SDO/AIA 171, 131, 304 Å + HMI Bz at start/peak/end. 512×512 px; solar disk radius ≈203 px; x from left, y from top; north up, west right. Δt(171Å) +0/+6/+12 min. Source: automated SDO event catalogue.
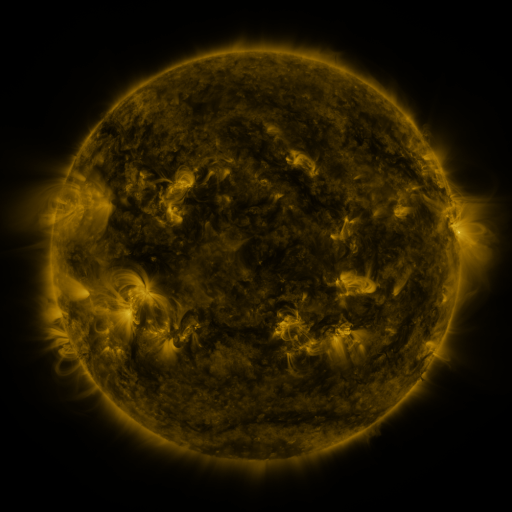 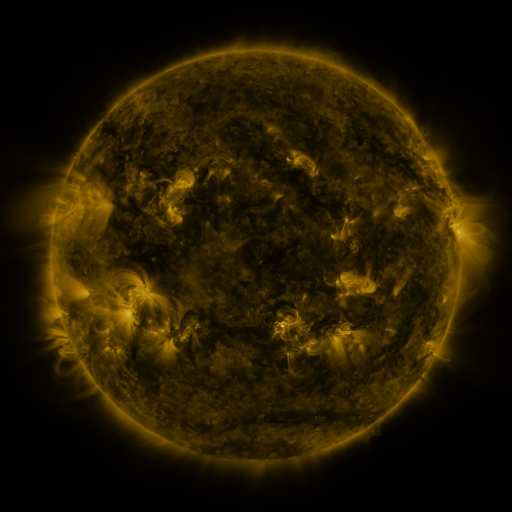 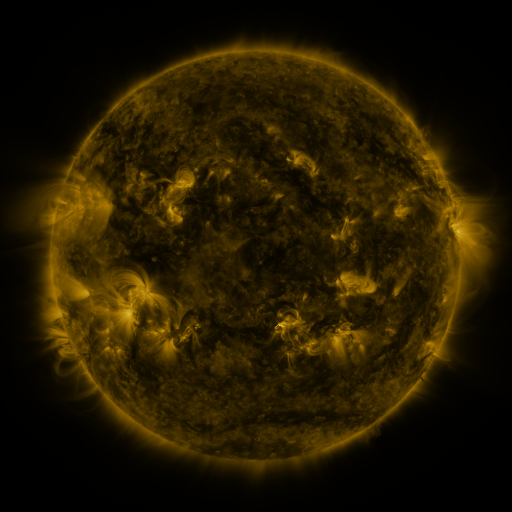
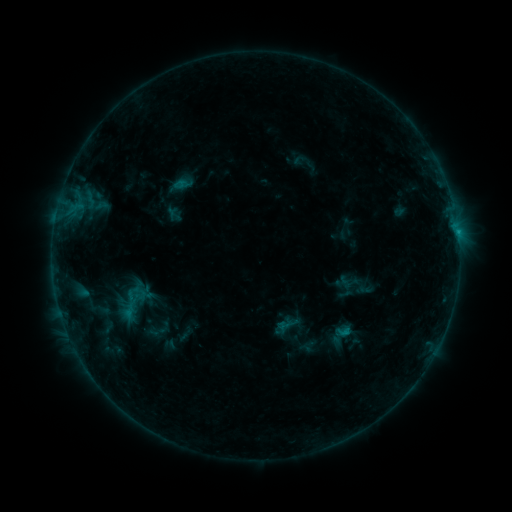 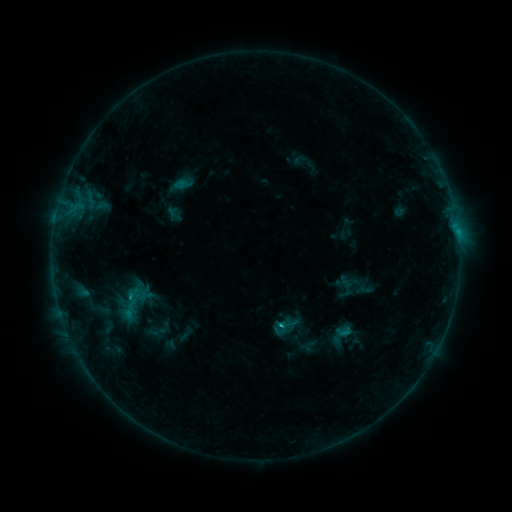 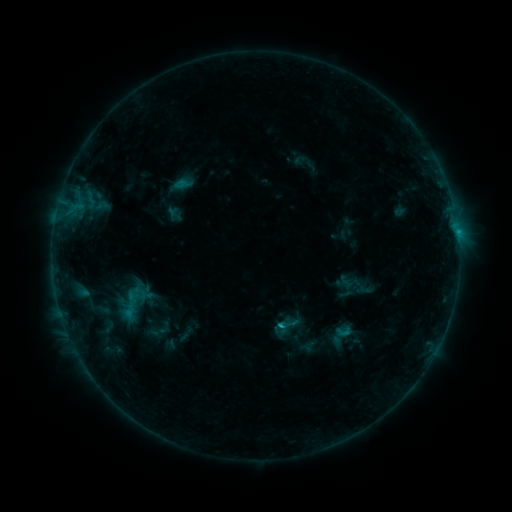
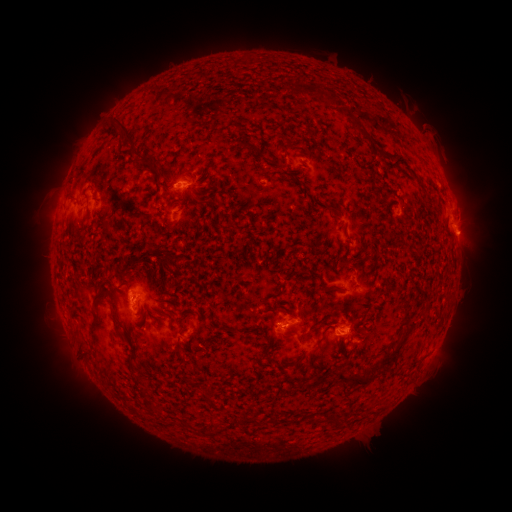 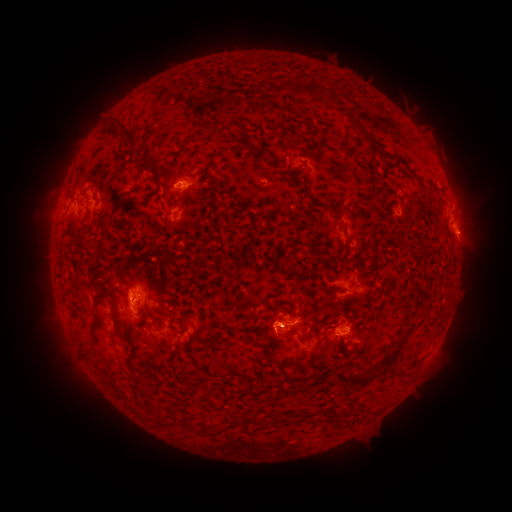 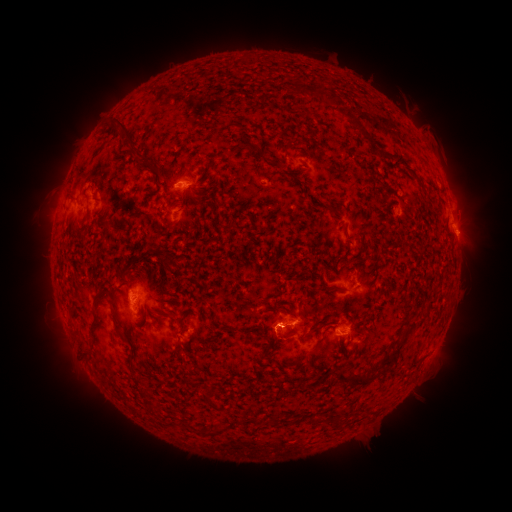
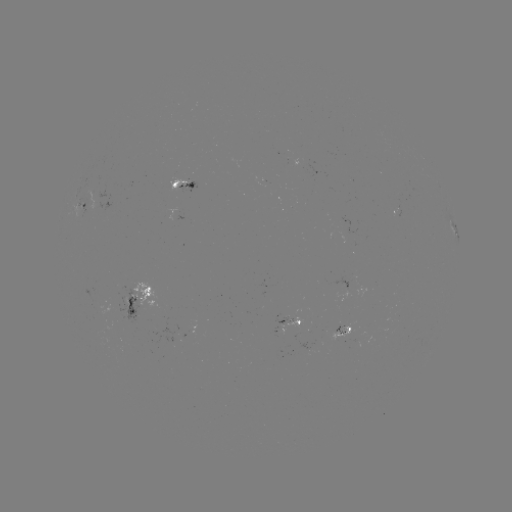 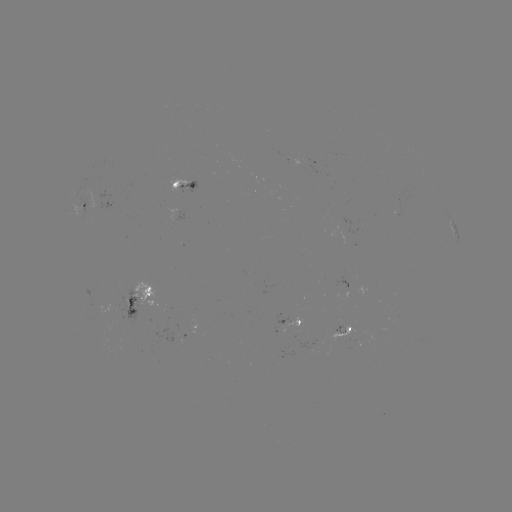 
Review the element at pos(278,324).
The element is B8.9 flare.